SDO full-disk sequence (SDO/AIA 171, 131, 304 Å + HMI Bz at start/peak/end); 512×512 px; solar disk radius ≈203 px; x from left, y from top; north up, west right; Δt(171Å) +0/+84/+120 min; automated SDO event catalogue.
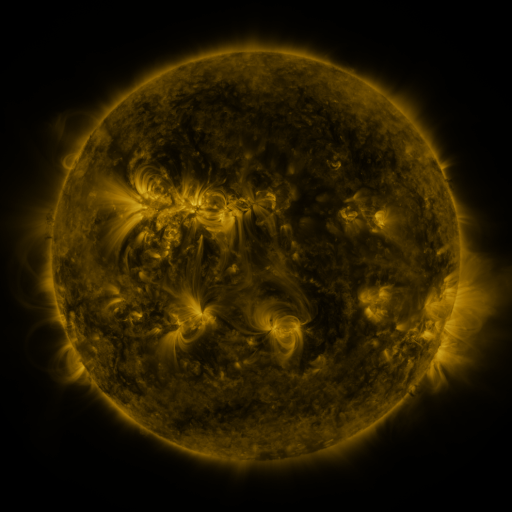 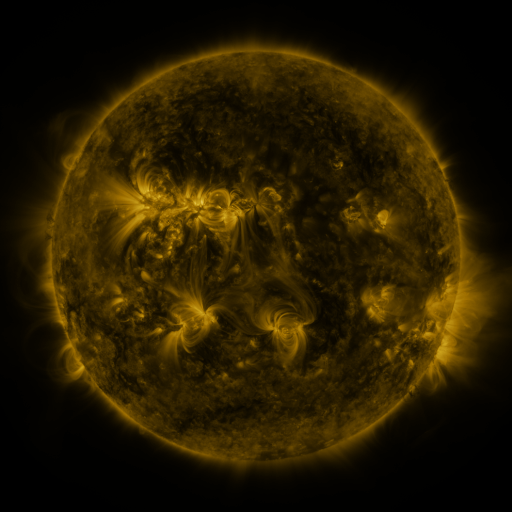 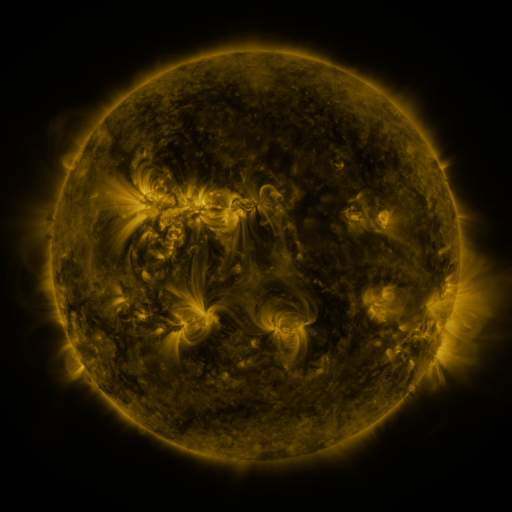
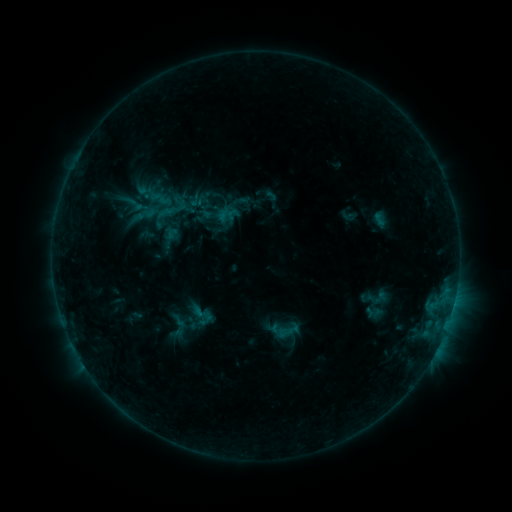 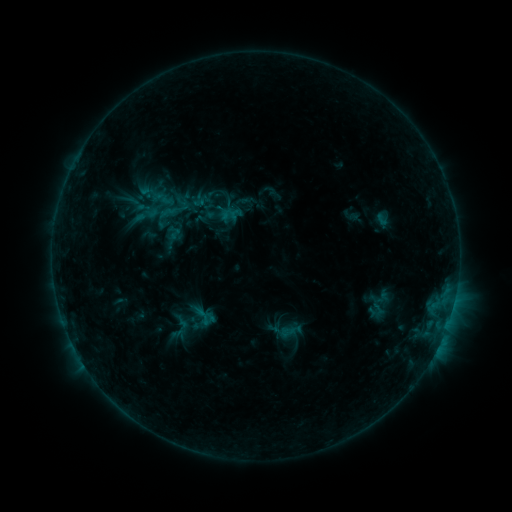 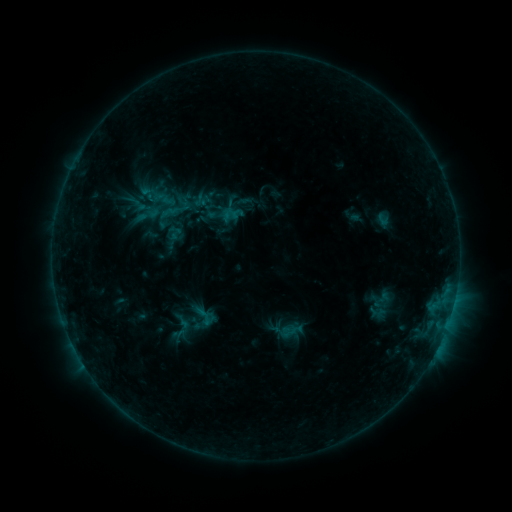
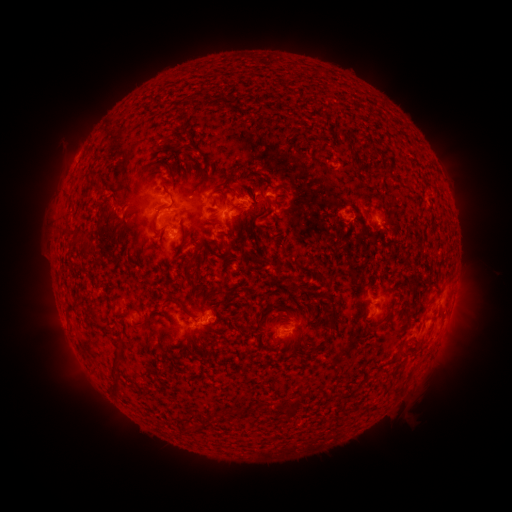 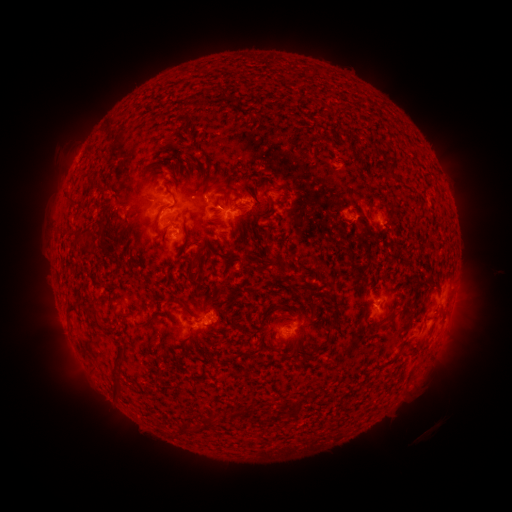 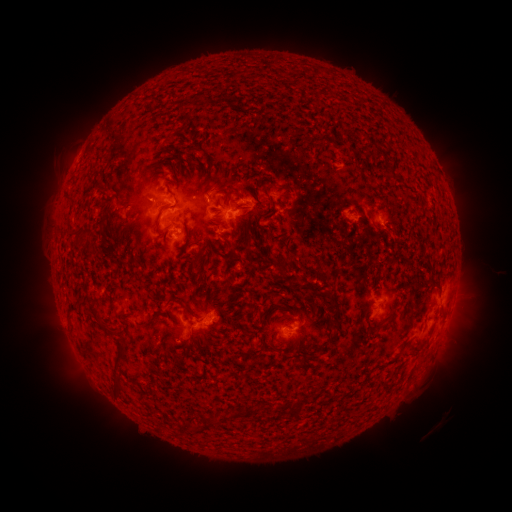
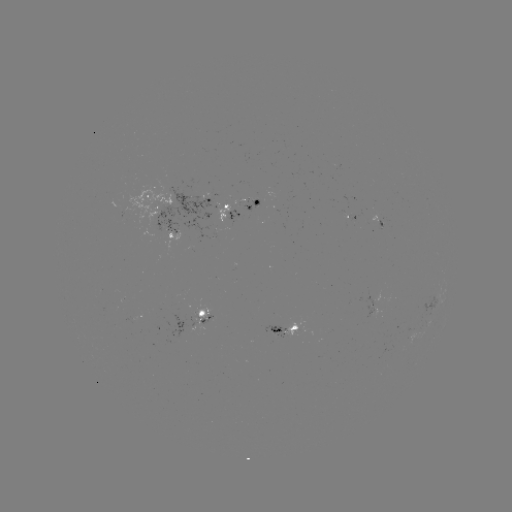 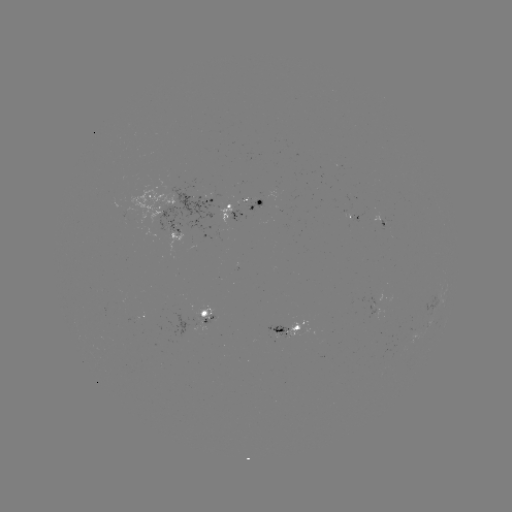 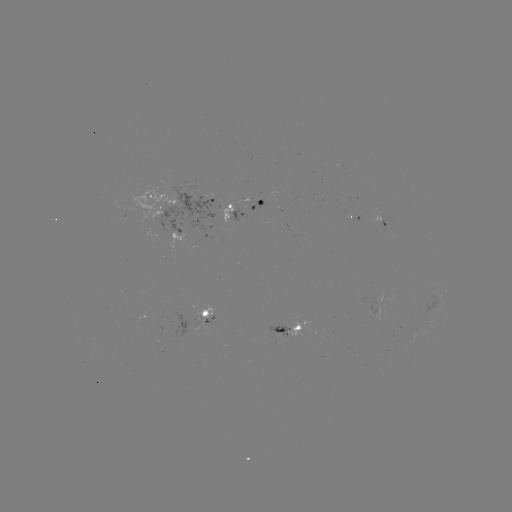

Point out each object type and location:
emerging-flux region: (274, 190)
